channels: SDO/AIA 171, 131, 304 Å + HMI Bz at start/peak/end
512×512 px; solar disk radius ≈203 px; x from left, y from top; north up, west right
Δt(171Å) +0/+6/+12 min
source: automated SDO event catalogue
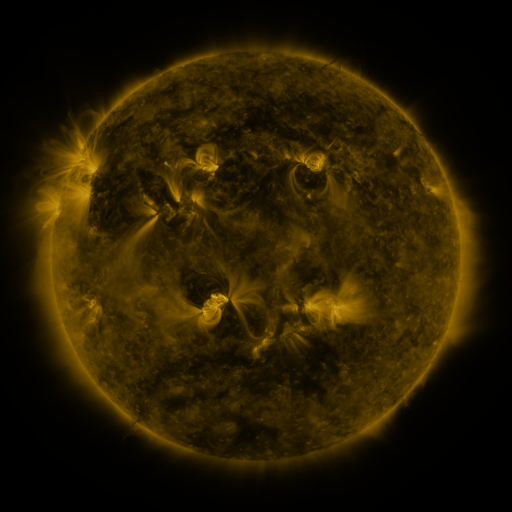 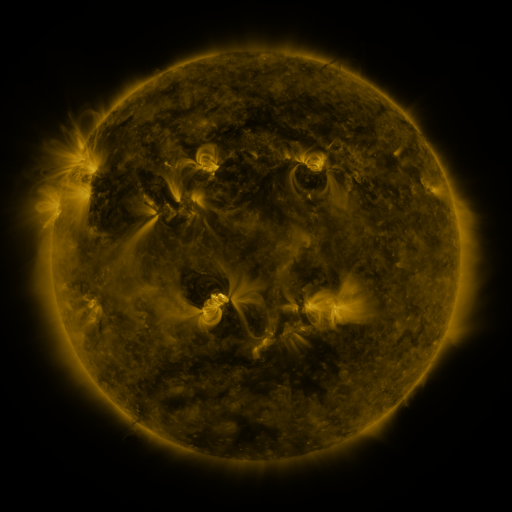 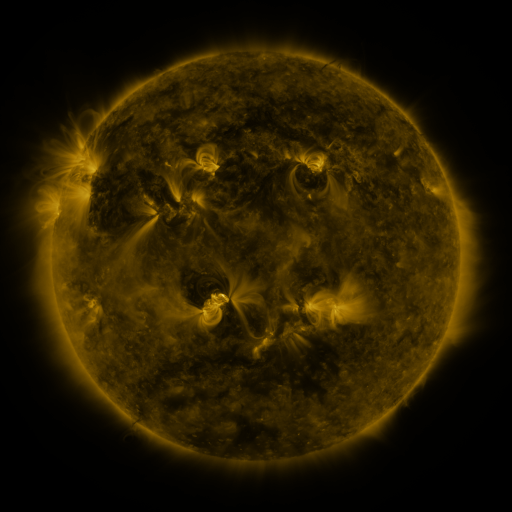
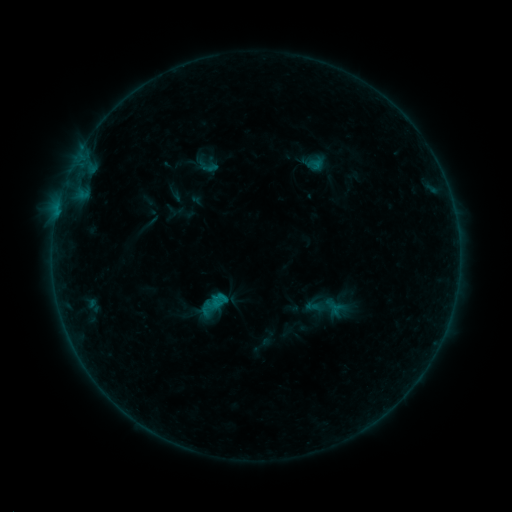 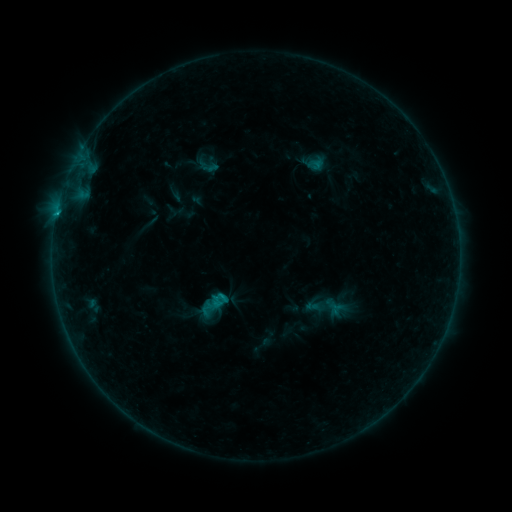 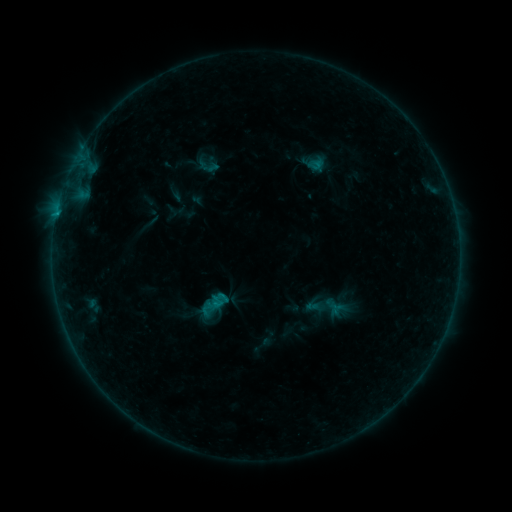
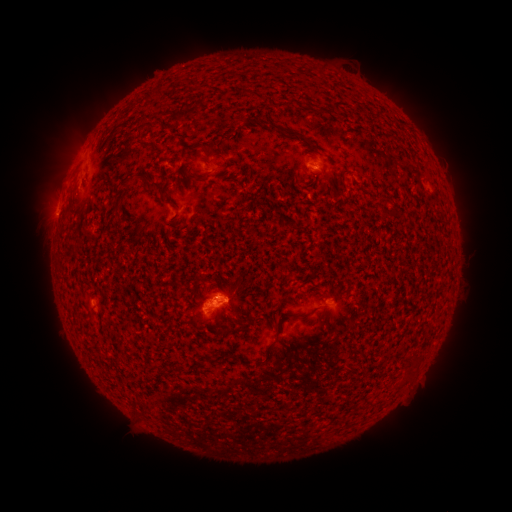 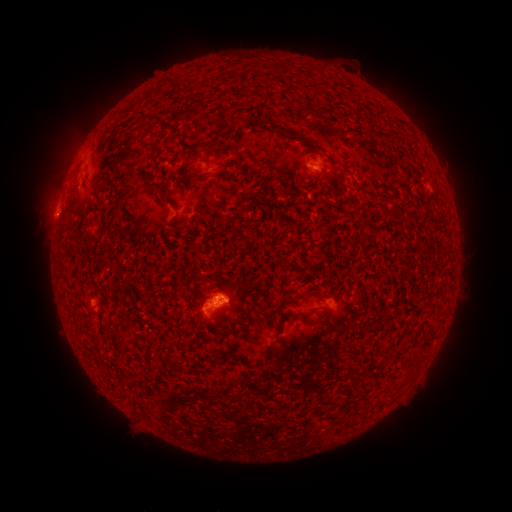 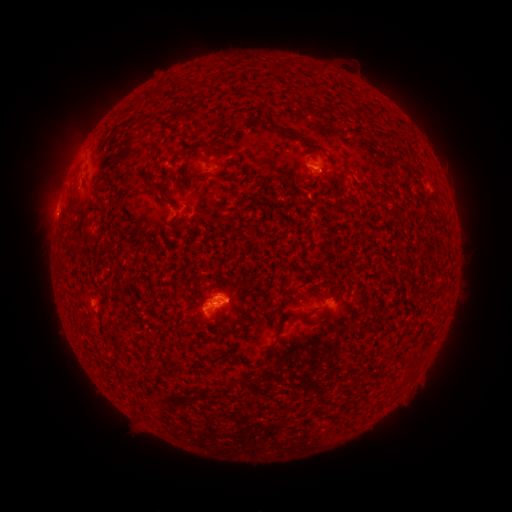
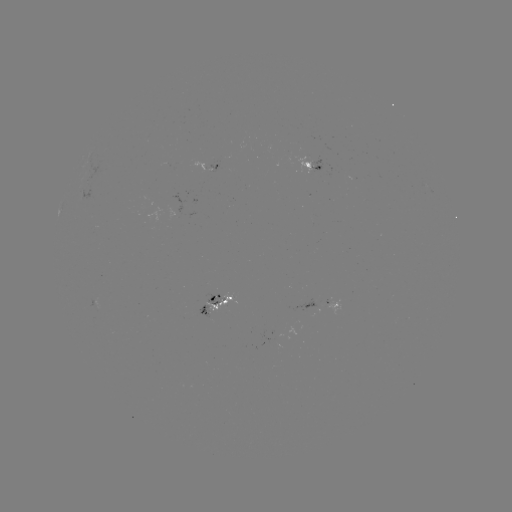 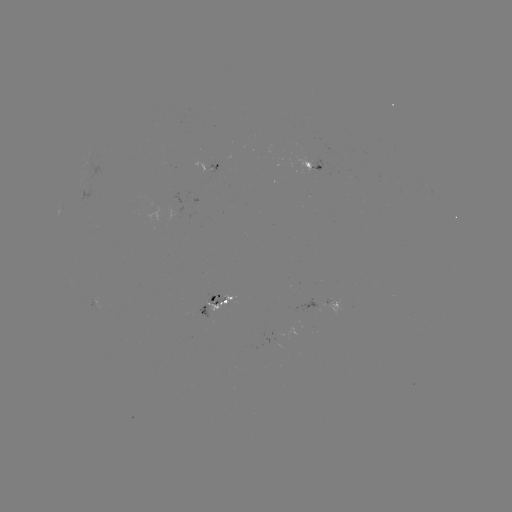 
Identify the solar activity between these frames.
B5.6 flare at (222, 292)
